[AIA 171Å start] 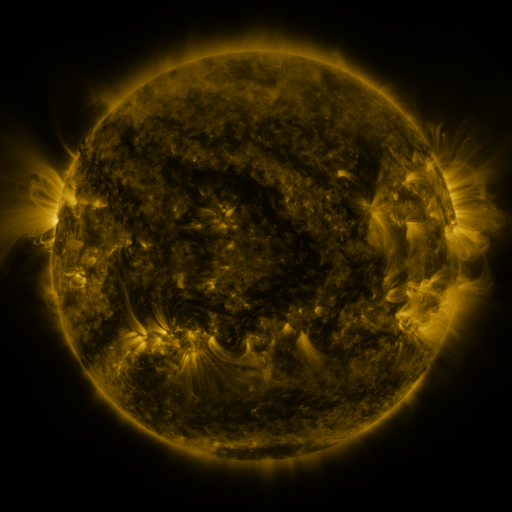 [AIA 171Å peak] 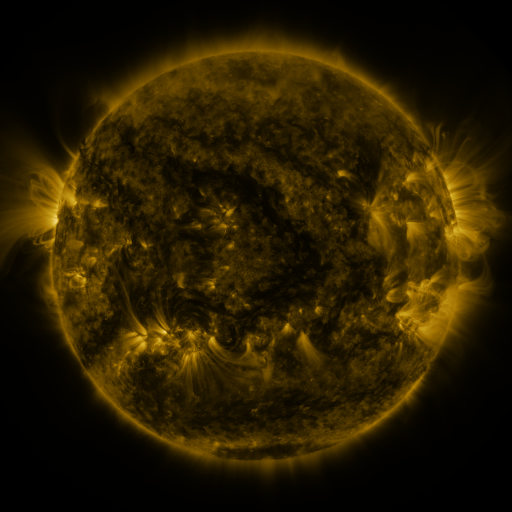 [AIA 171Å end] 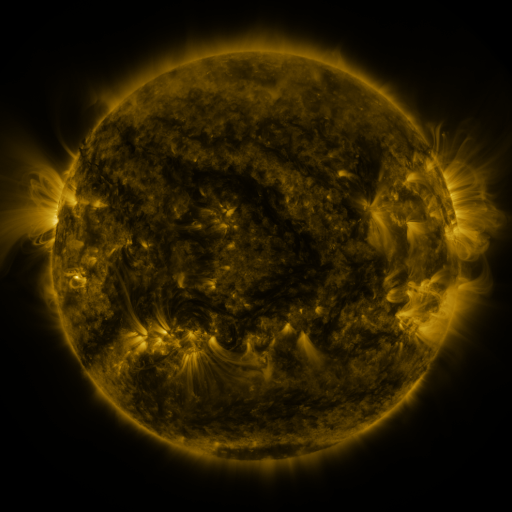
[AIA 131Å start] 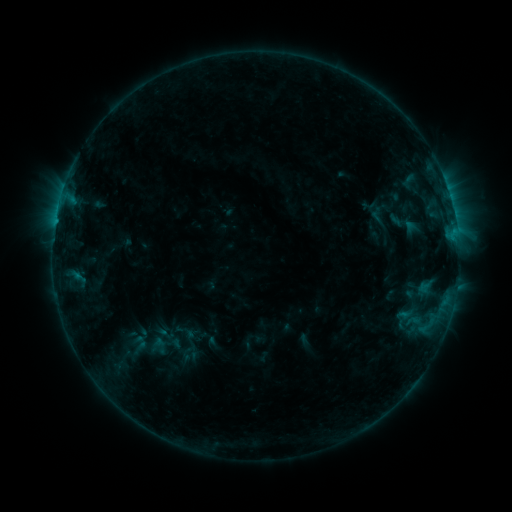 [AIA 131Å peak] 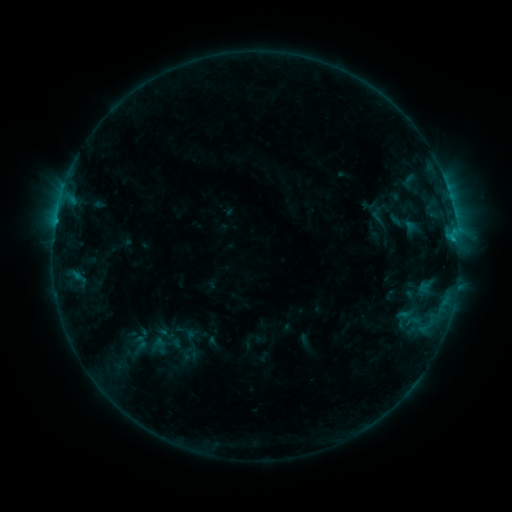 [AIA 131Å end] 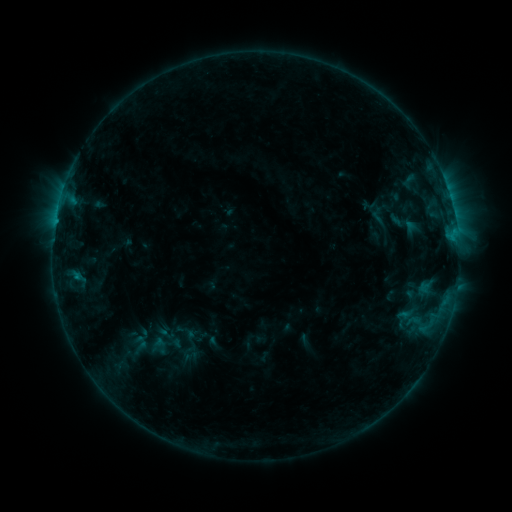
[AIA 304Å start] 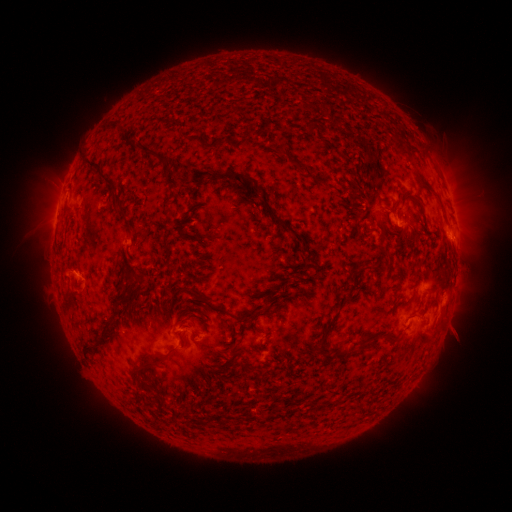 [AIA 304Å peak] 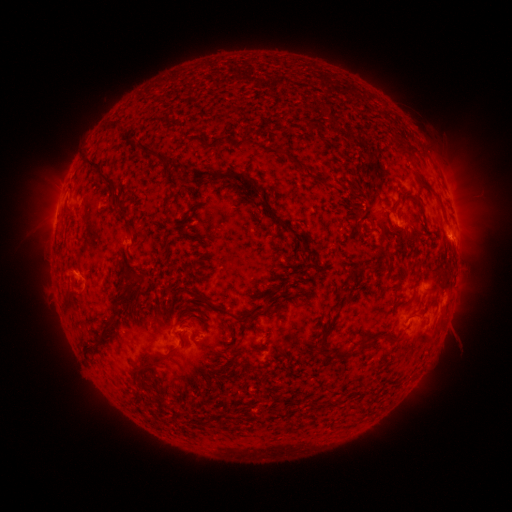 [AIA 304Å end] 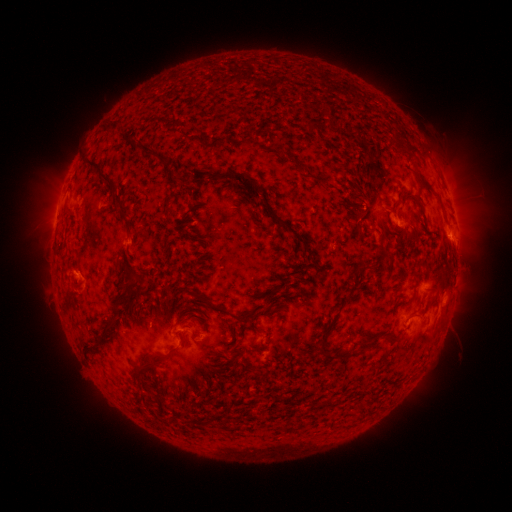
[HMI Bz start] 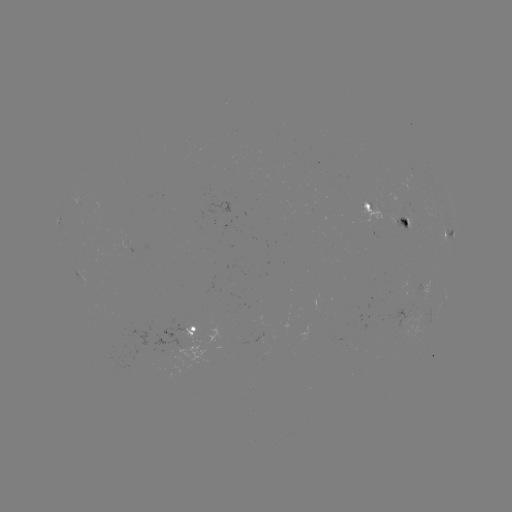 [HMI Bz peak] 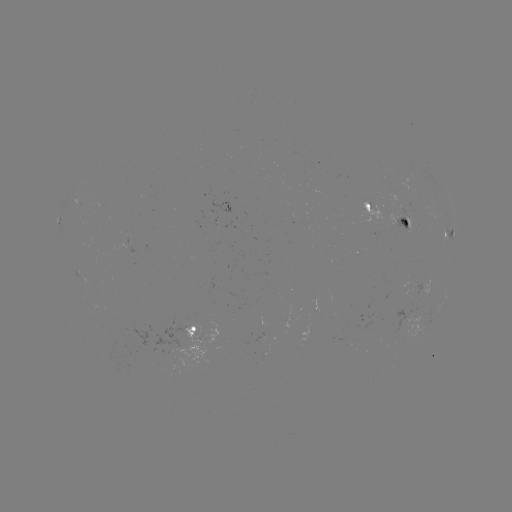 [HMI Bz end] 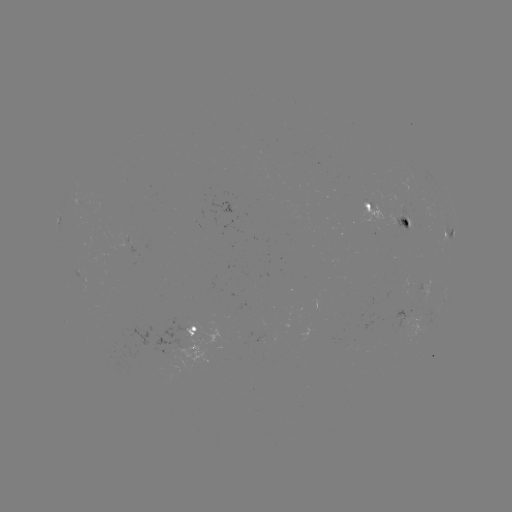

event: flare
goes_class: B6.2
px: (453, 241)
